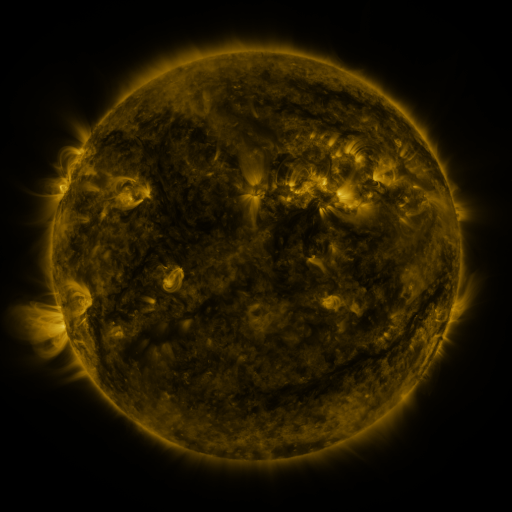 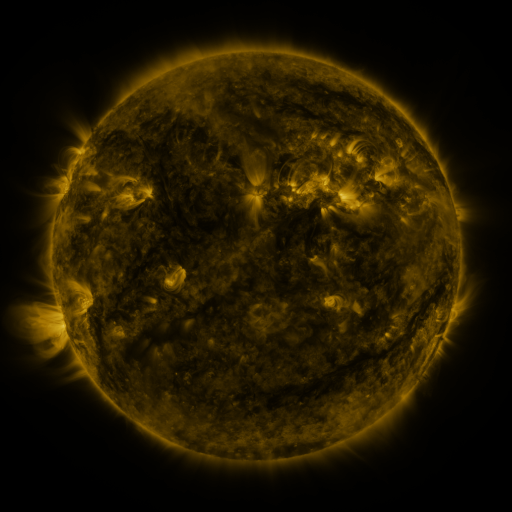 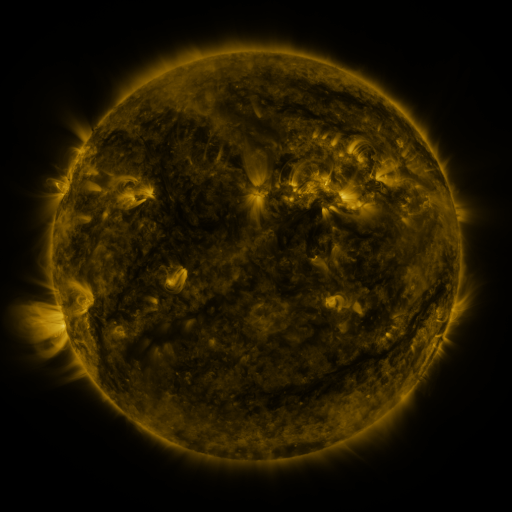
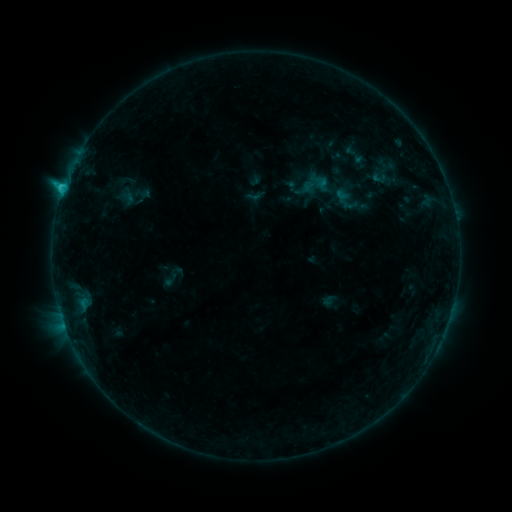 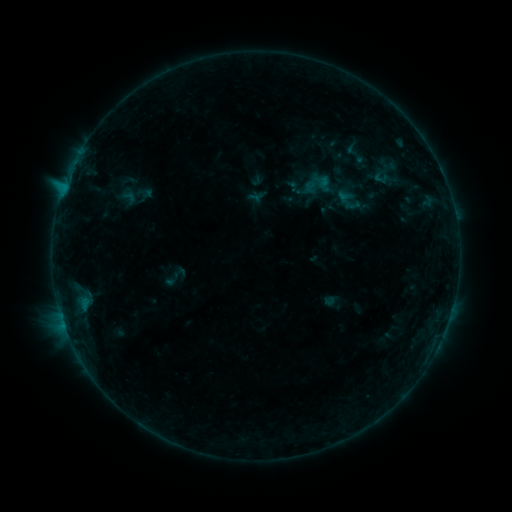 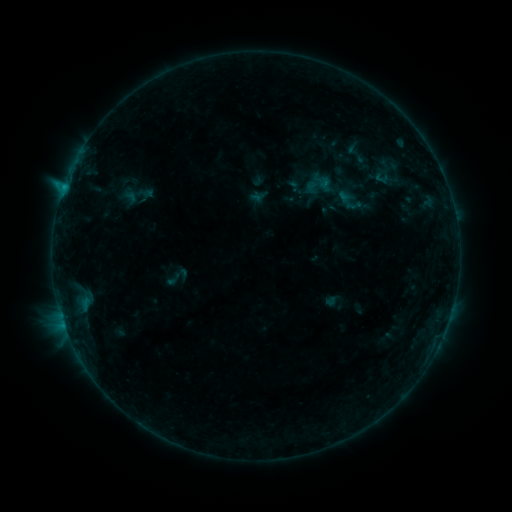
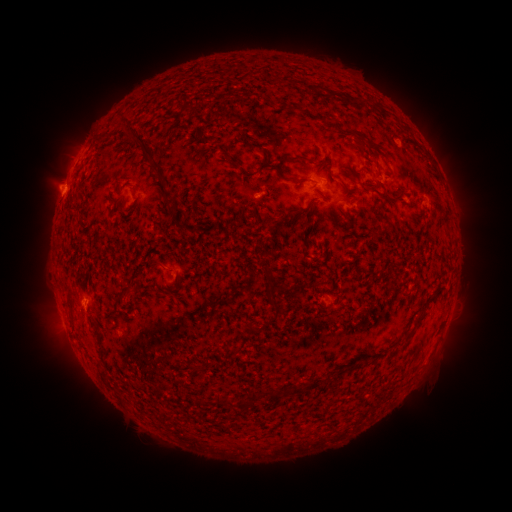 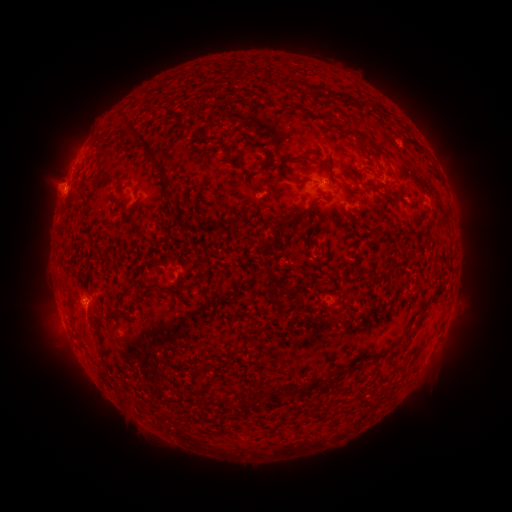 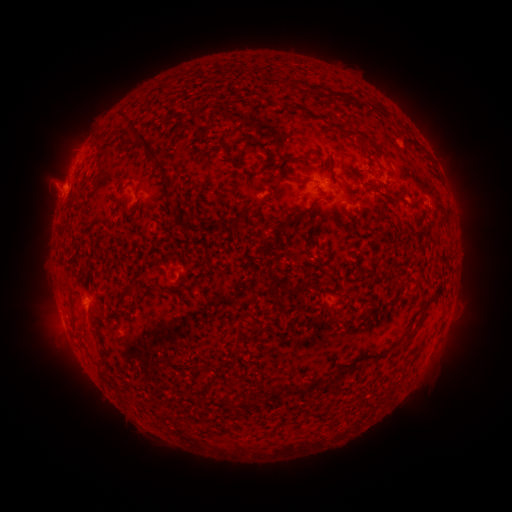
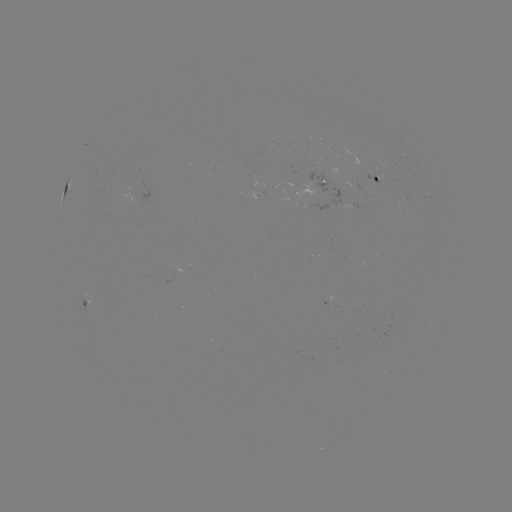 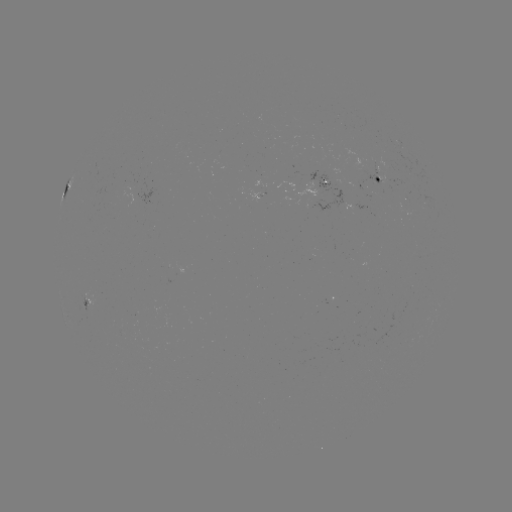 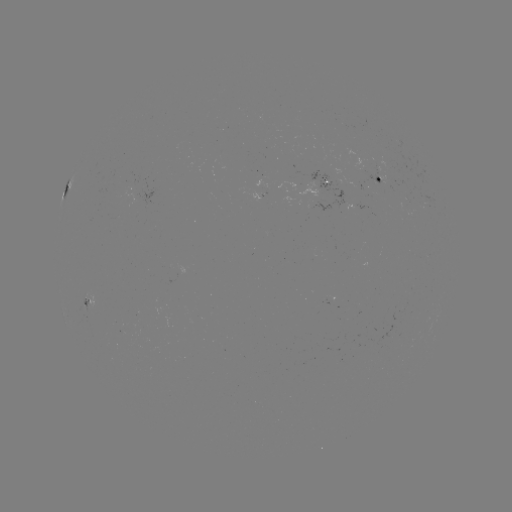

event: emerging-flux region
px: (318, 197)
